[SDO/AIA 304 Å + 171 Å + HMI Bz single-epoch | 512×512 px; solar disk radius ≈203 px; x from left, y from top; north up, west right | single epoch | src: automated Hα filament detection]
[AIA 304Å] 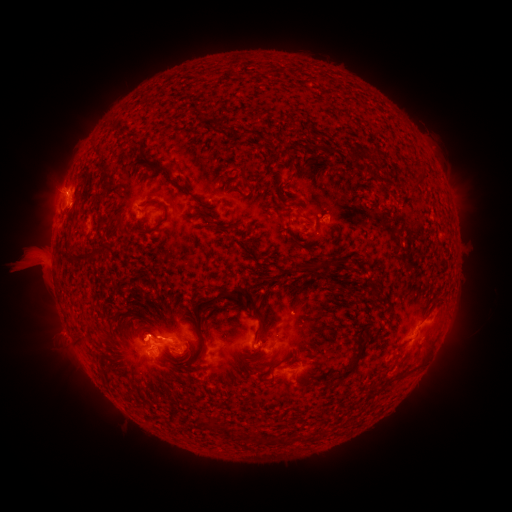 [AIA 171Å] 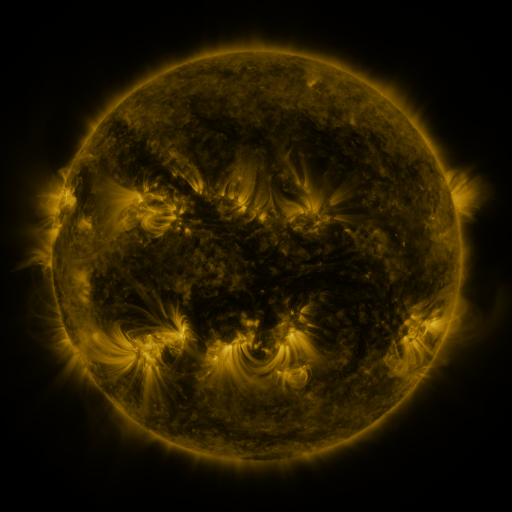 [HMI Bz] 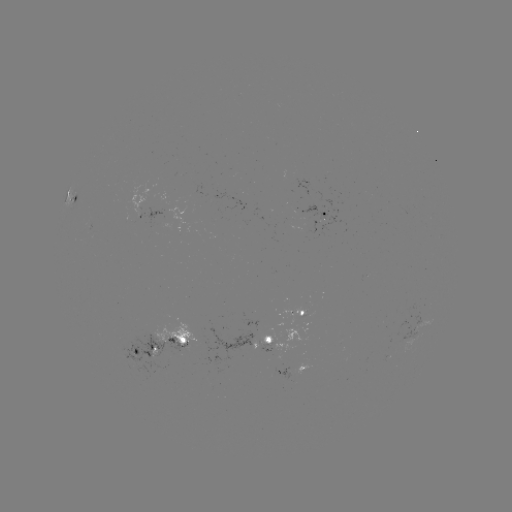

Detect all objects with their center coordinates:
filament: (354, 157)
filament: (154, 201)
filament: (228, 227)
filament: (311, 267)
filament: (241, 292)
filament: (256, 332)
filament: (201, 346)
filament: (266, 357)
filament: (347, 372)
filament: (324, 380)
filament: (225, 433)
